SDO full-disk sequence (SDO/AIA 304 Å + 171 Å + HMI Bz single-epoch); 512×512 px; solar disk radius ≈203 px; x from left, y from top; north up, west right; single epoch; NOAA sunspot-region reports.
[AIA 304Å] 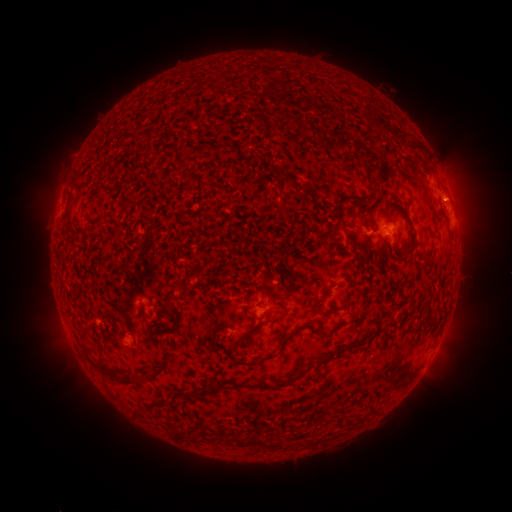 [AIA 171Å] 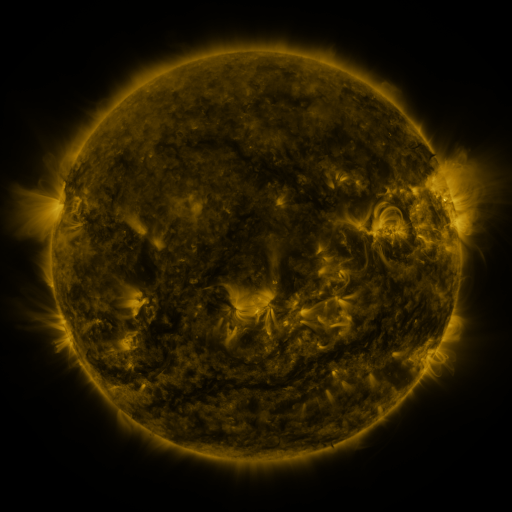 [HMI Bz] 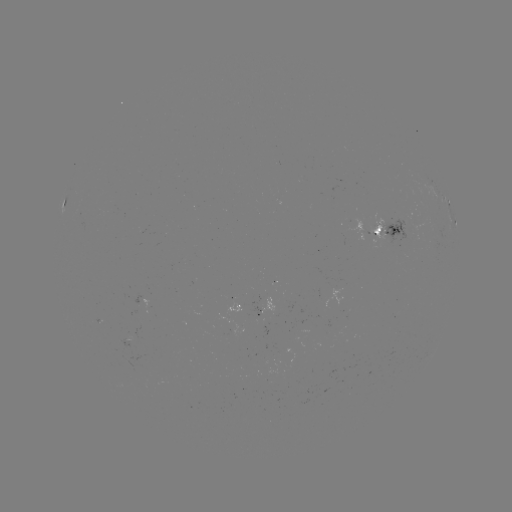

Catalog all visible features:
spotted active region: (435, 191)
spotted active region: (65, 204)
spotted active region: (449, 211)
spotted active region: (388, 231)
spotted active region: (256, 304)
